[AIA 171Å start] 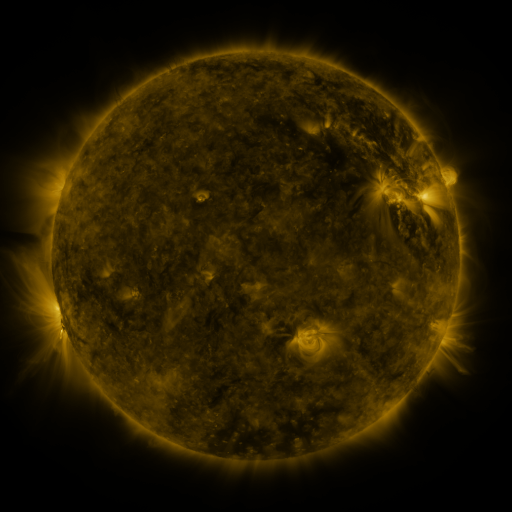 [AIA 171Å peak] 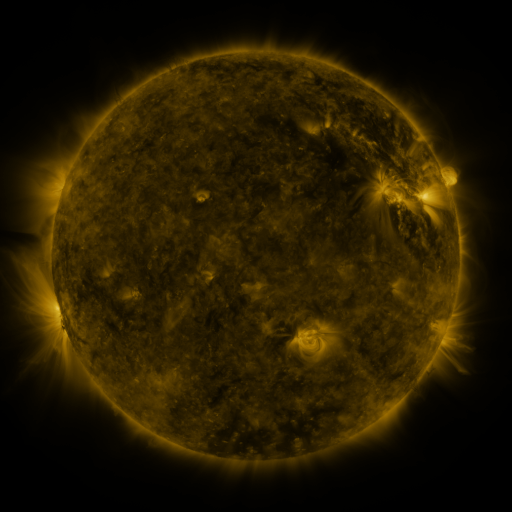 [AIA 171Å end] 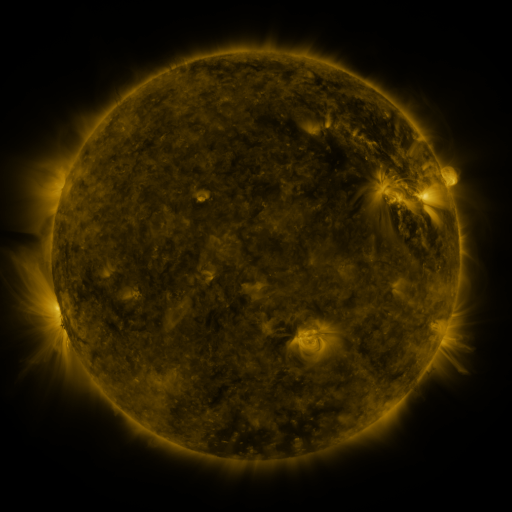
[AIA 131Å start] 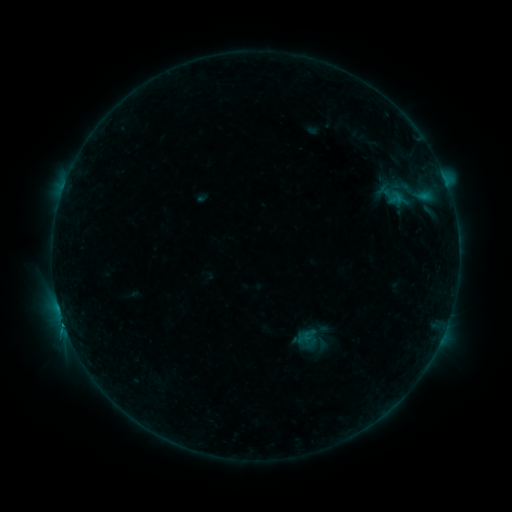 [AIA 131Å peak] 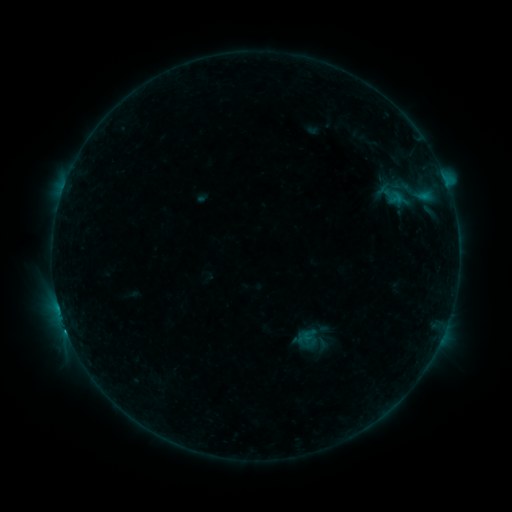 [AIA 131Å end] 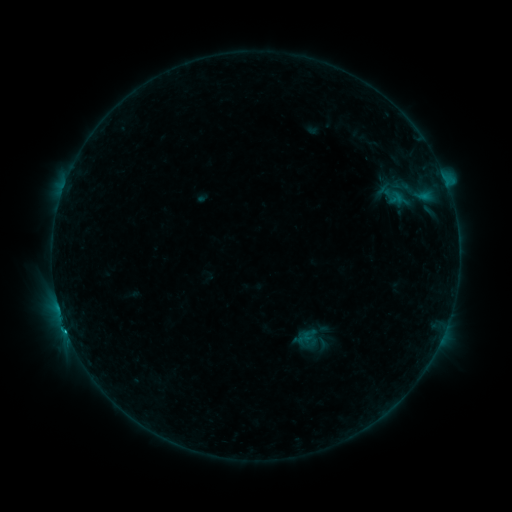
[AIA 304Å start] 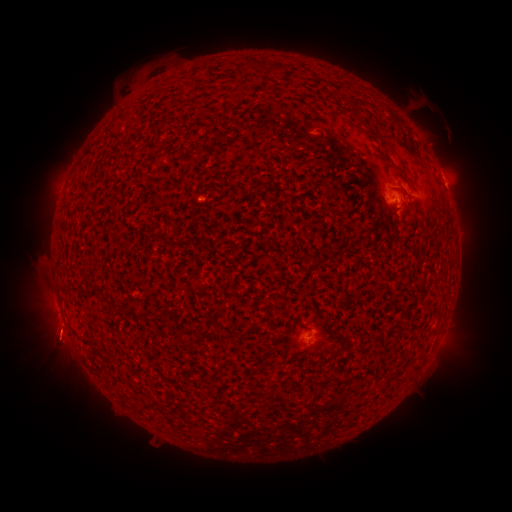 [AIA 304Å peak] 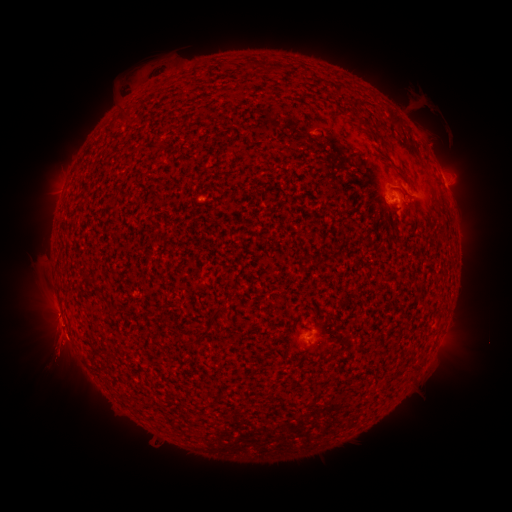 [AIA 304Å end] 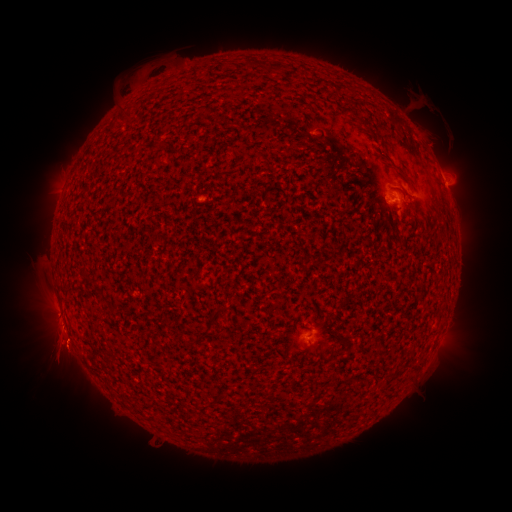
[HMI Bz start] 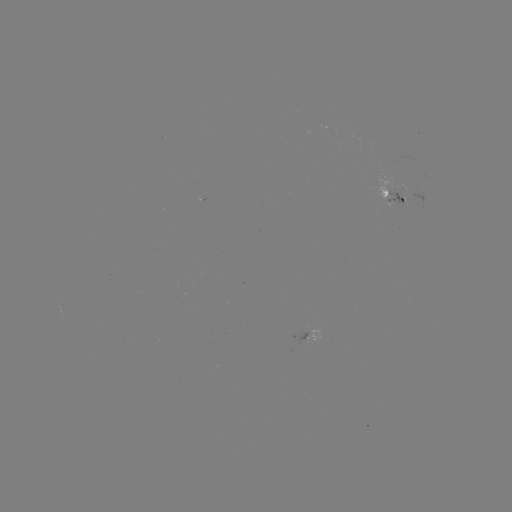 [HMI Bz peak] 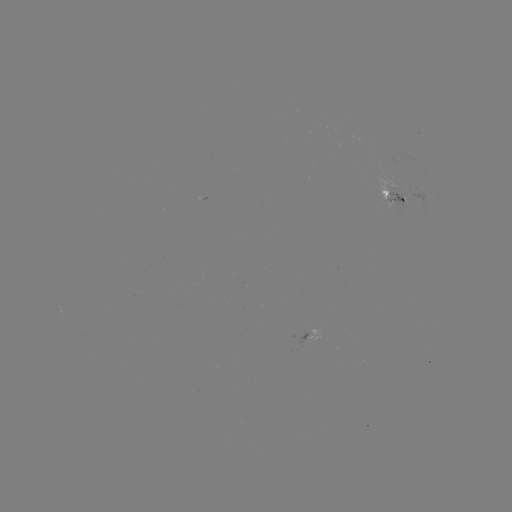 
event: flare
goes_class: C1.0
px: (66, 327)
